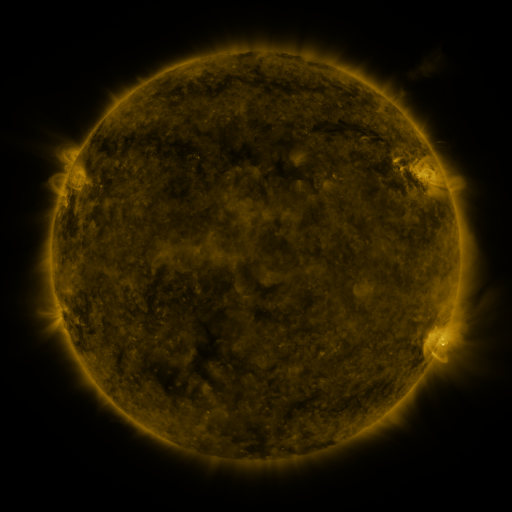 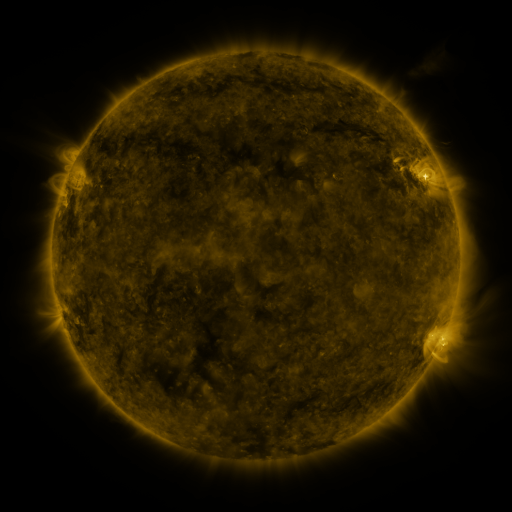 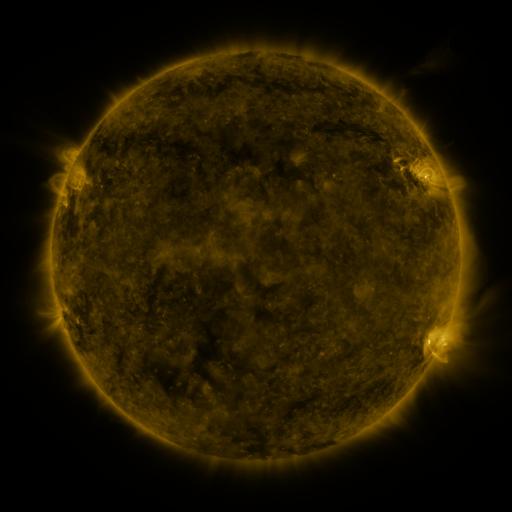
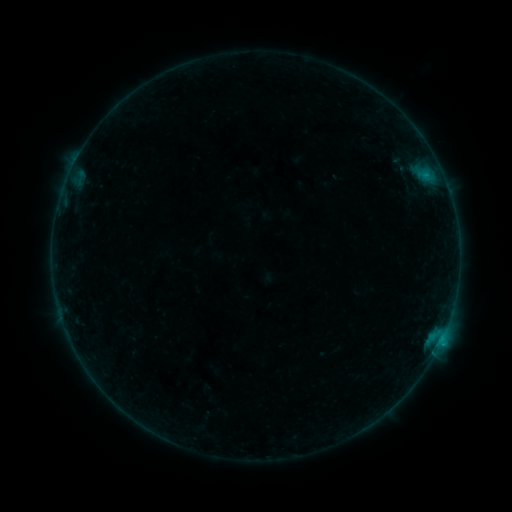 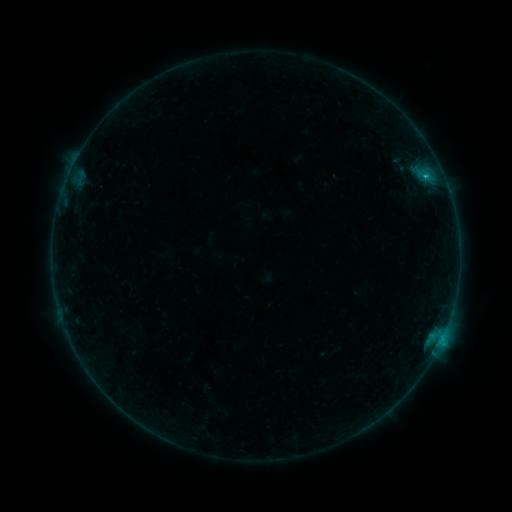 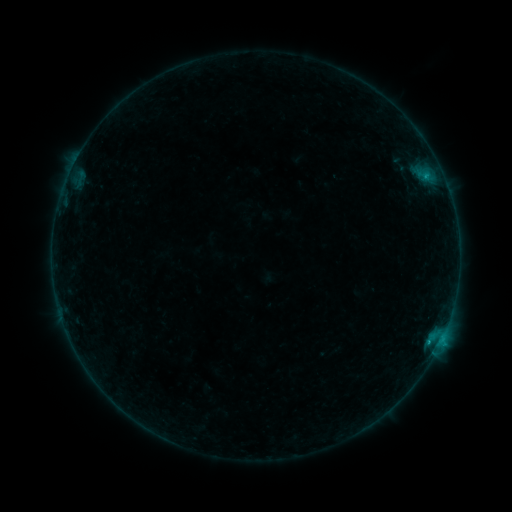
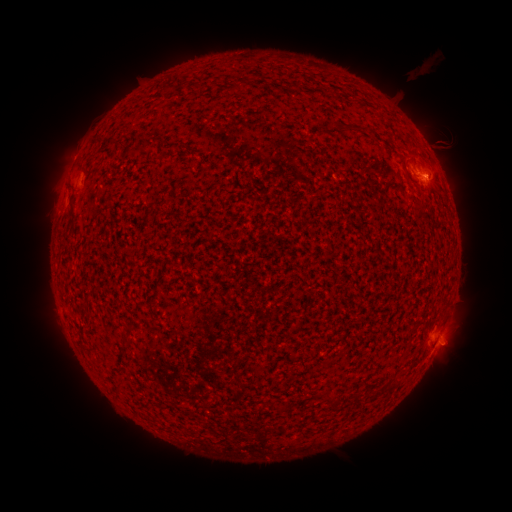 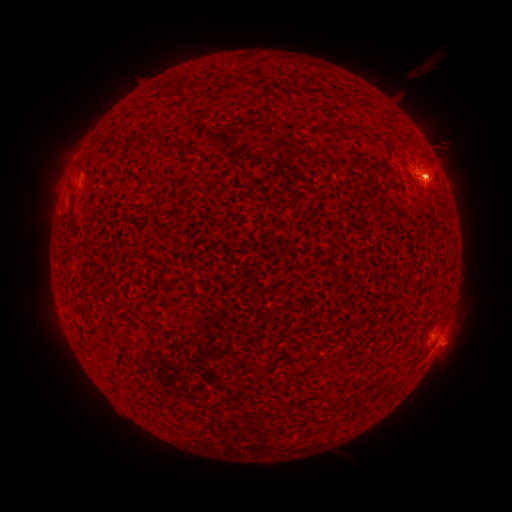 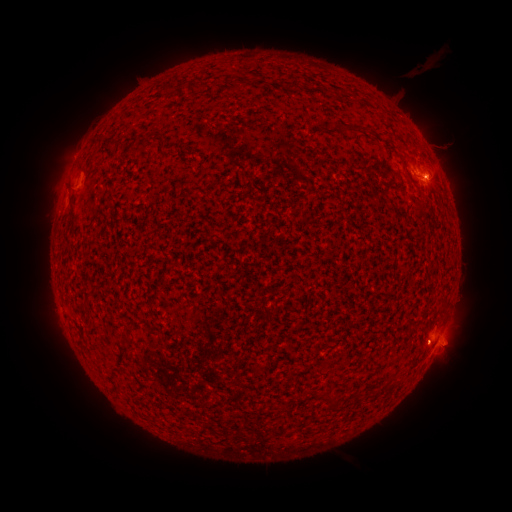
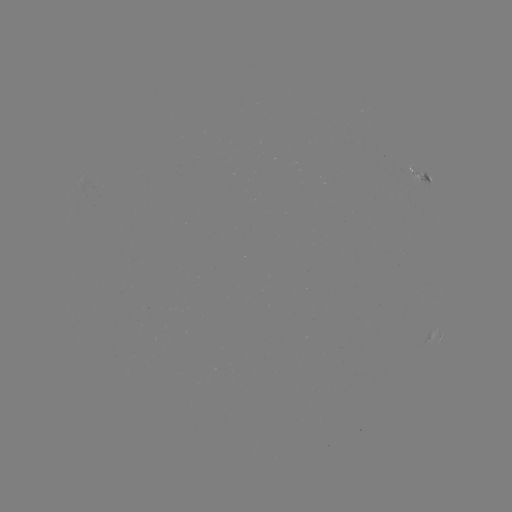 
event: flare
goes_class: B5.3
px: (424, 180)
